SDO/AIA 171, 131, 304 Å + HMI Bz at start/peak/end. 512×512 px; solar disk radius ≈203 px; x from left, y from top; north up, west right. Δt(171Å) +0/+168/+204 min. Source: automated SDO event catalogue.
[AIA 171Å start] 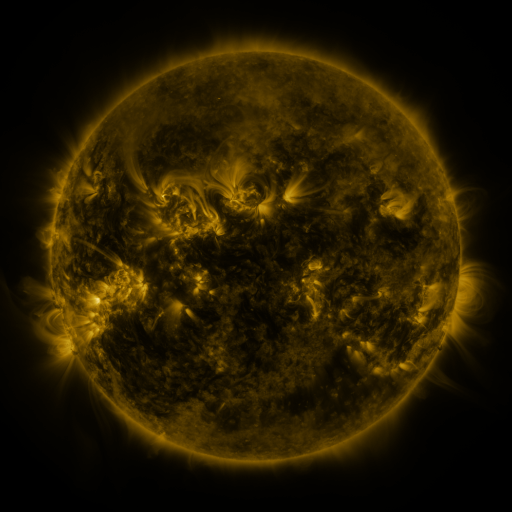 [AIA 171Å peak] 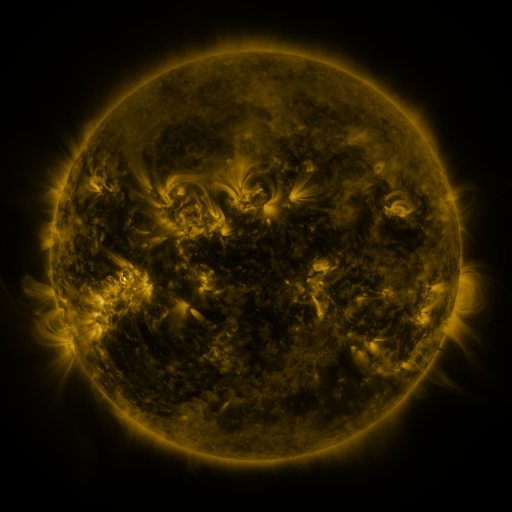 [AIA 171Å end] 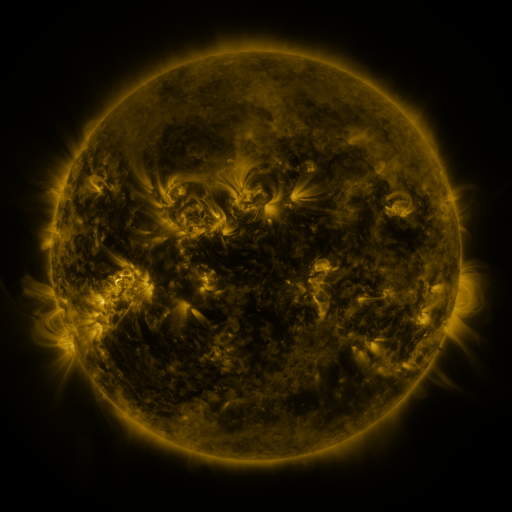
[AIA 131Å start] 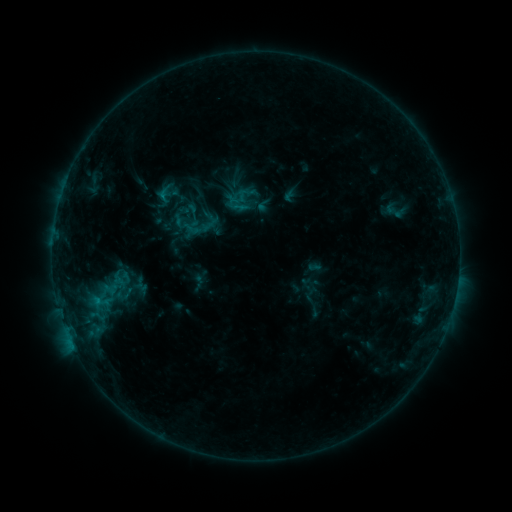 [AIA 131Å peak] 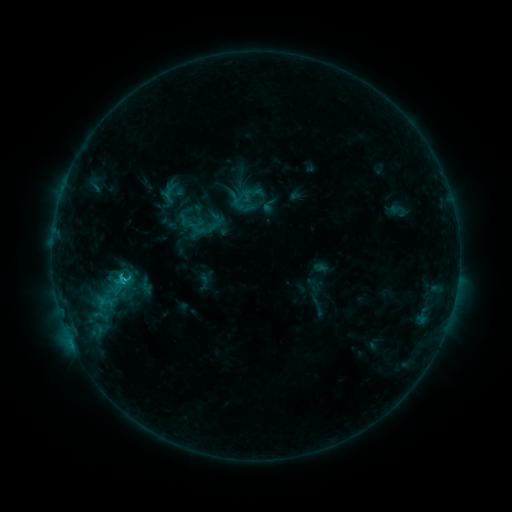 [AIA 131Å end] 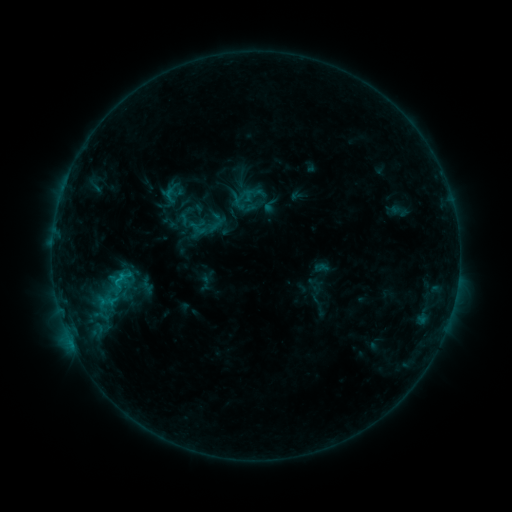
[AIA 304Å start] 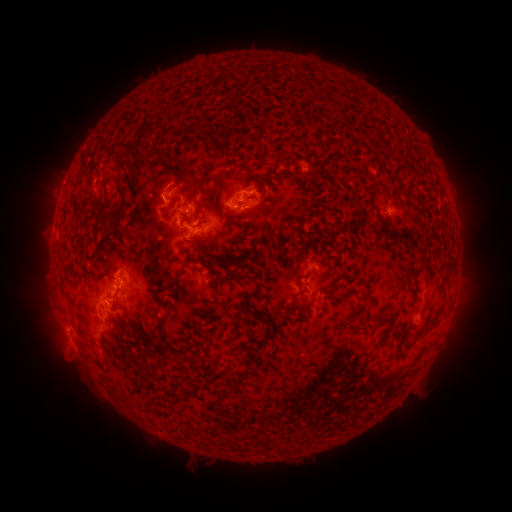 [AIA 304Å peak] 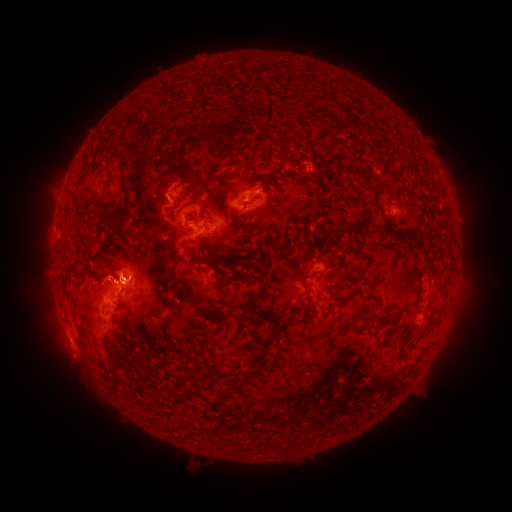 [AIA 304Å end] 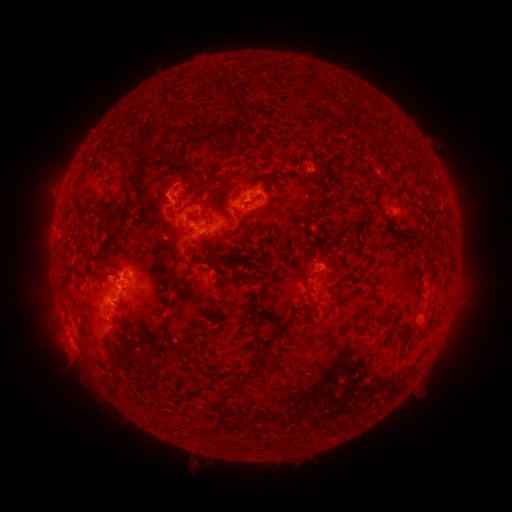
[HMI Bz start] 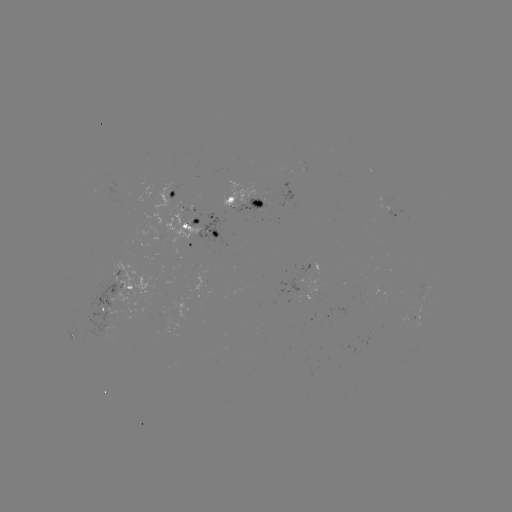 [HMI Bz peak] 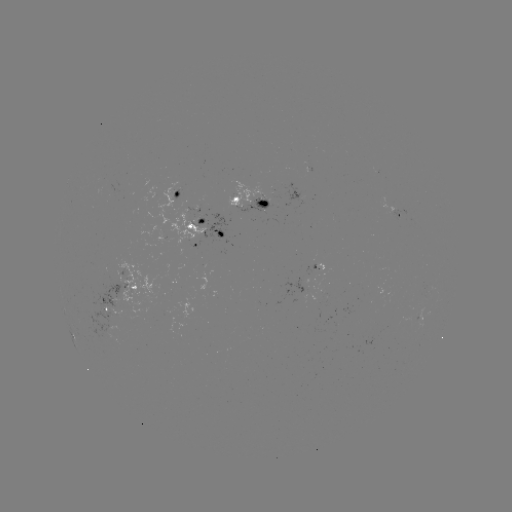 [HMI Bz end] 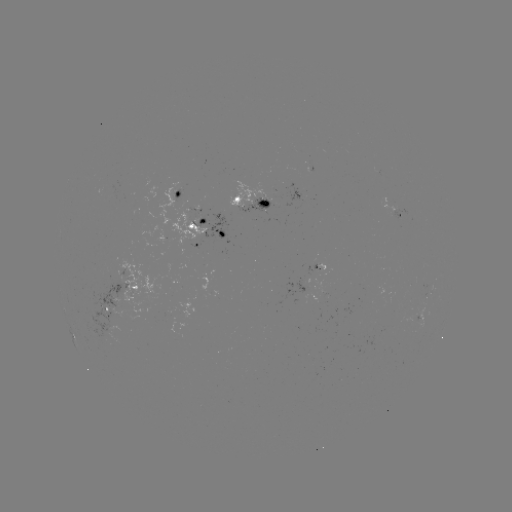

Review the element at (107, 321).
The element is emerging-flux region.